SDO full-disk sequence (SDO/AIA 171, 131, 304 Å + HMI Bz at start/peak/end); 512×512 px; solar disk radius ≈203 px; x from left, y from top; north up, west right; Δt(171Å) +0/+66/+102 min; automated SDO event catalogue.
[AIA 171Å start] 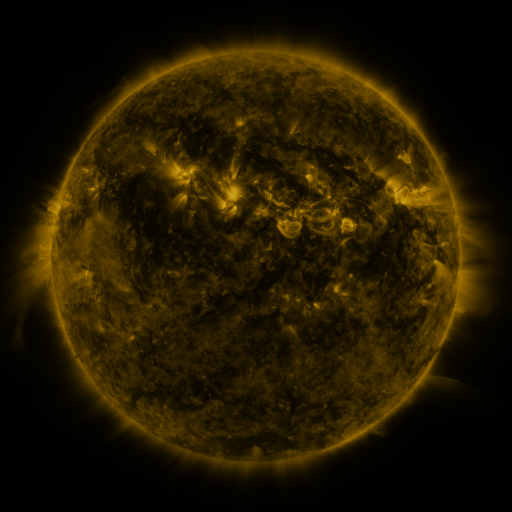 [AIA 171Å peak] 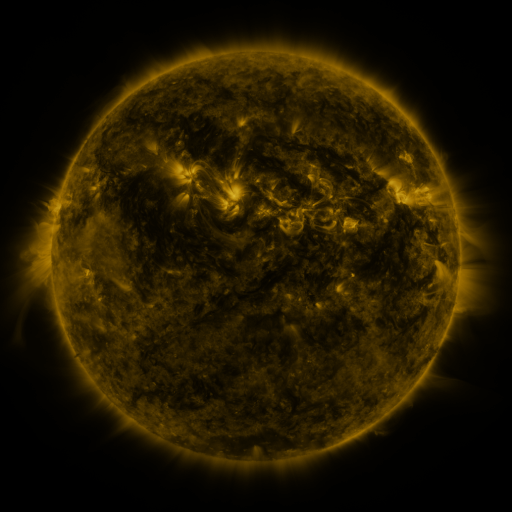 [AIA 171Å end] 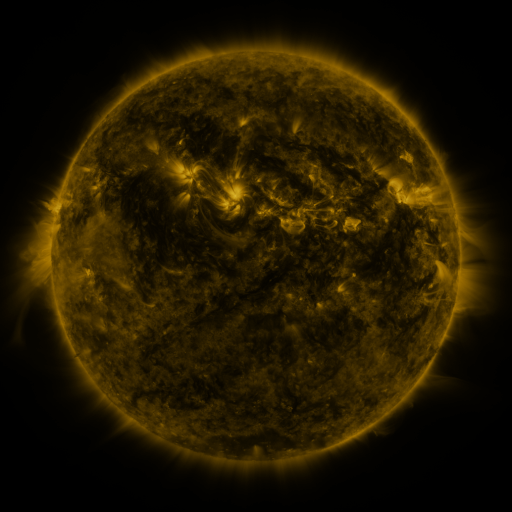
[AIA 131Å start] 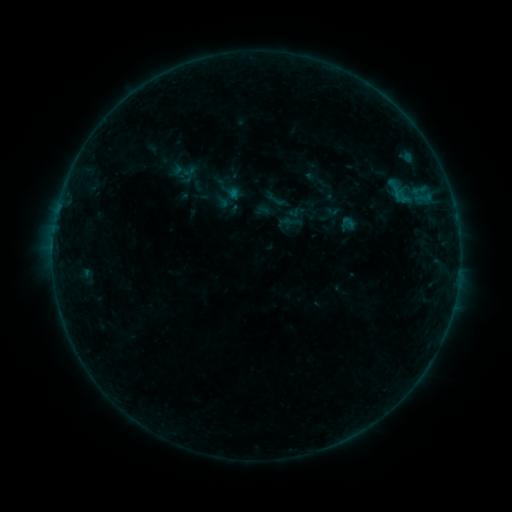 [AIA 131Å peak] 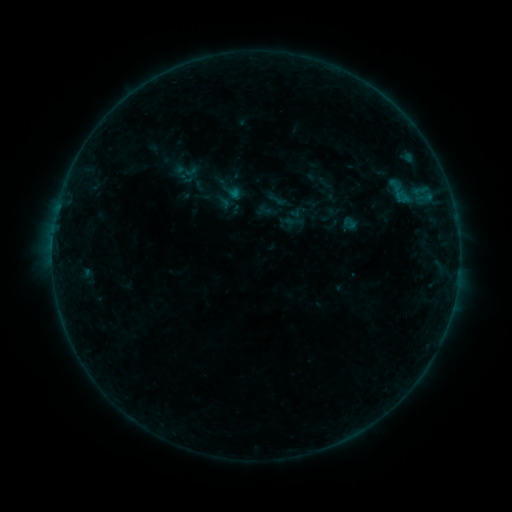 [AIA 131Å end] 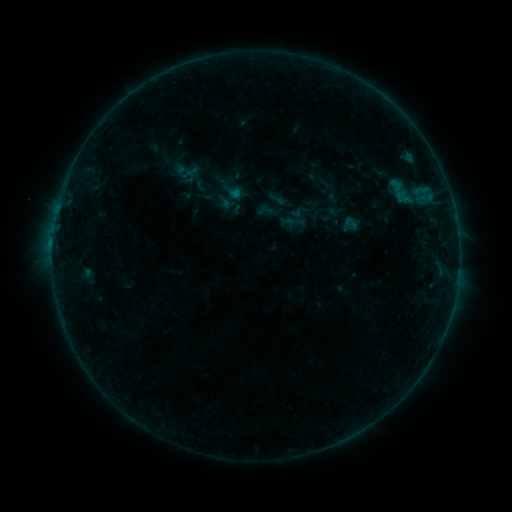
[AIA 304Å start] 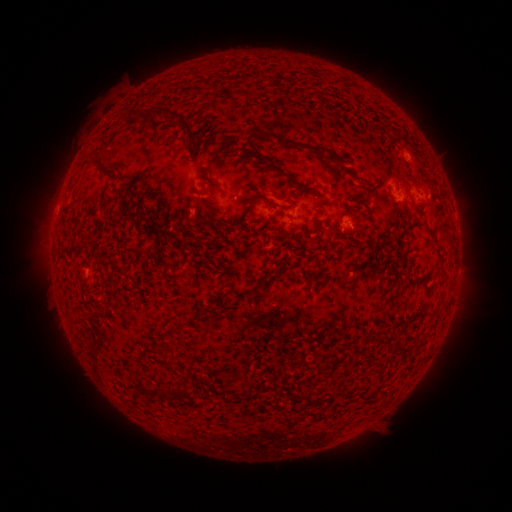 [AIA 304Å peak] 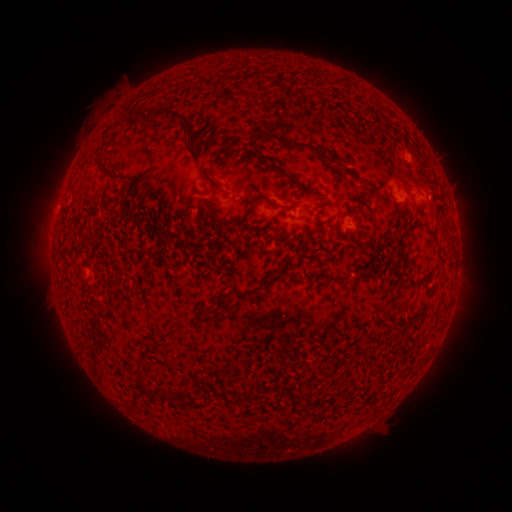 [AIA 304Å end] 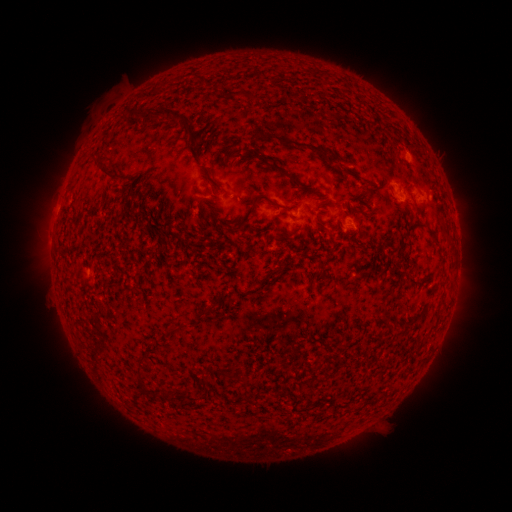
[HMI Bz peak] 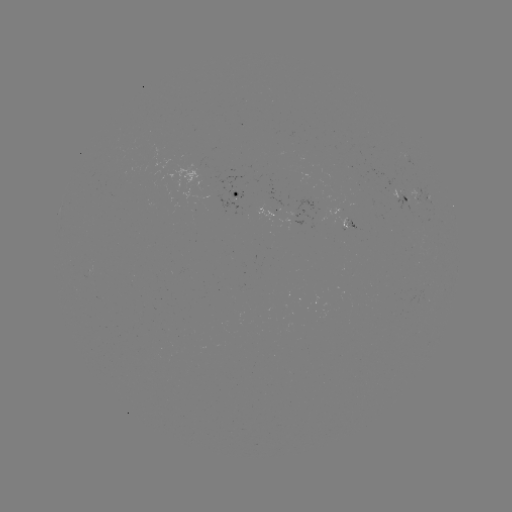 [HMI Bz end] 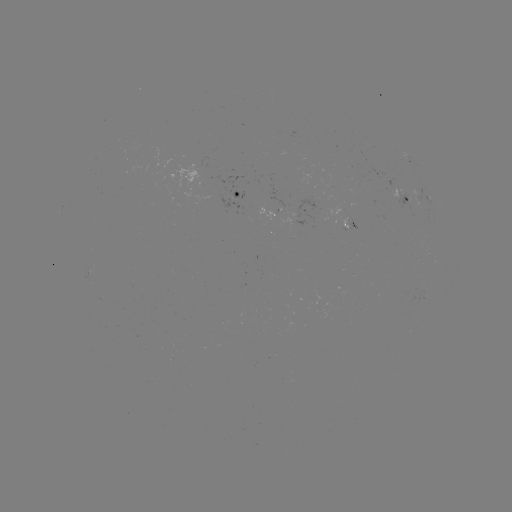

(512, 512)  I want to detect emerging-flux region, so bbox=[393, 187, 410, 212].